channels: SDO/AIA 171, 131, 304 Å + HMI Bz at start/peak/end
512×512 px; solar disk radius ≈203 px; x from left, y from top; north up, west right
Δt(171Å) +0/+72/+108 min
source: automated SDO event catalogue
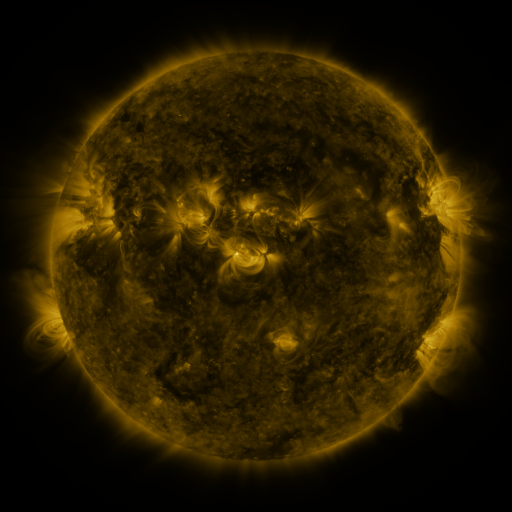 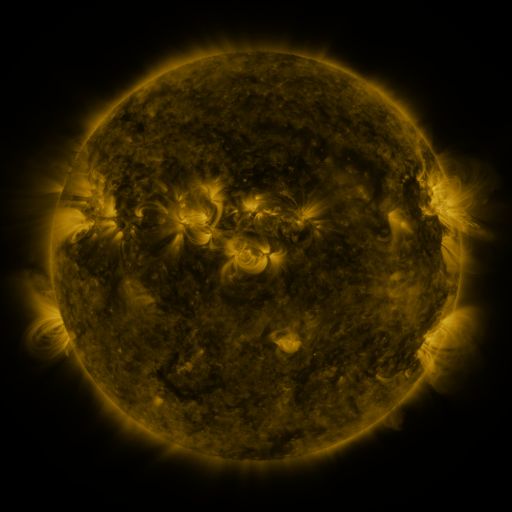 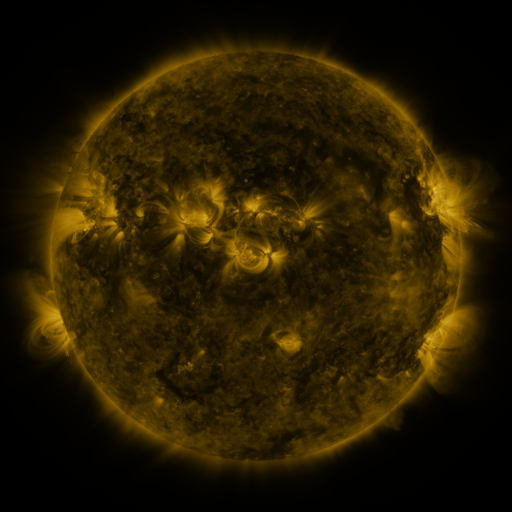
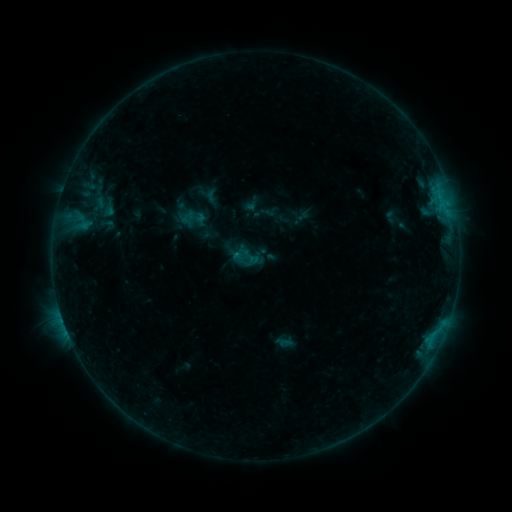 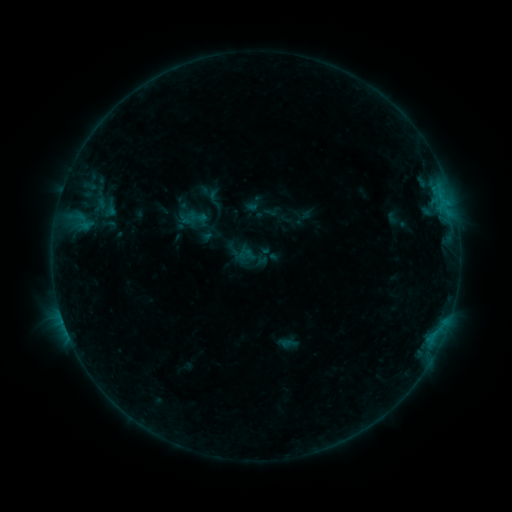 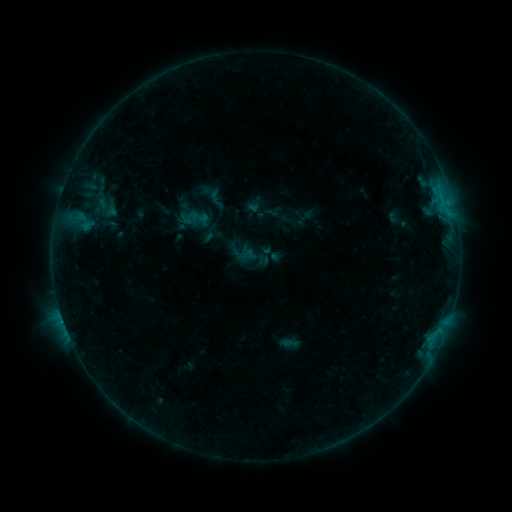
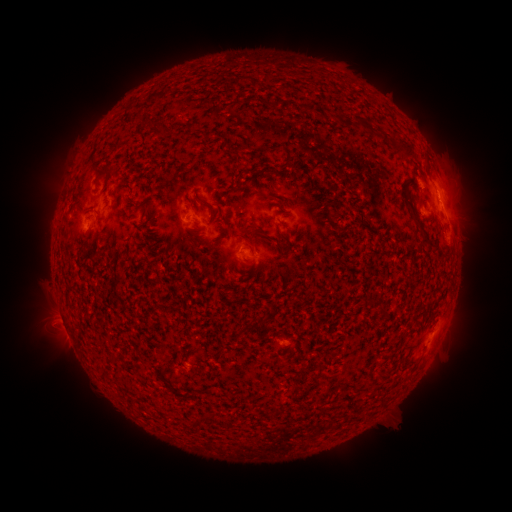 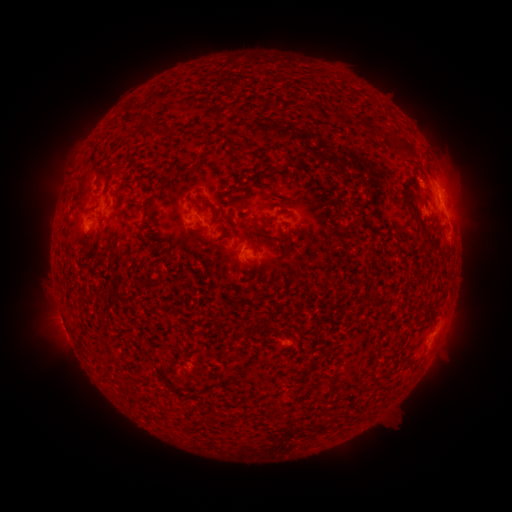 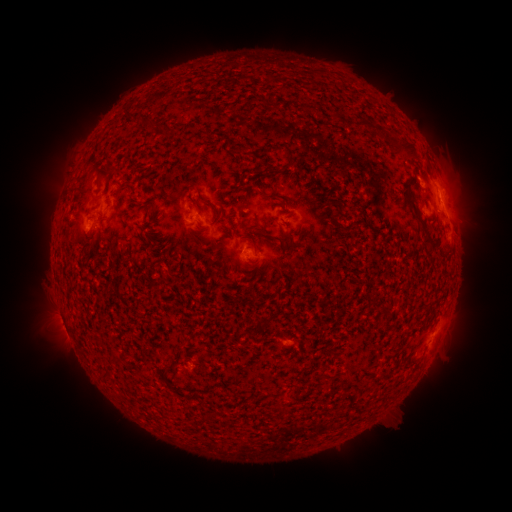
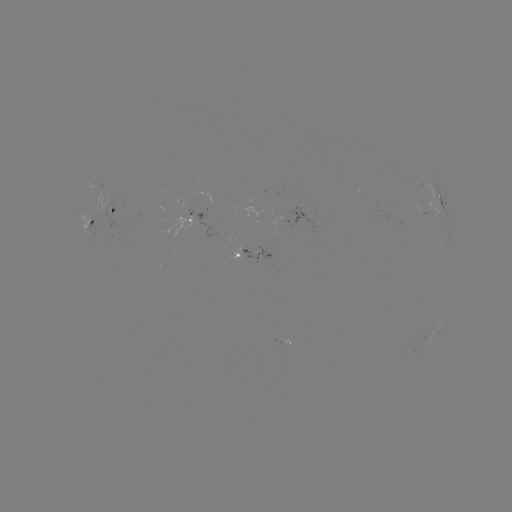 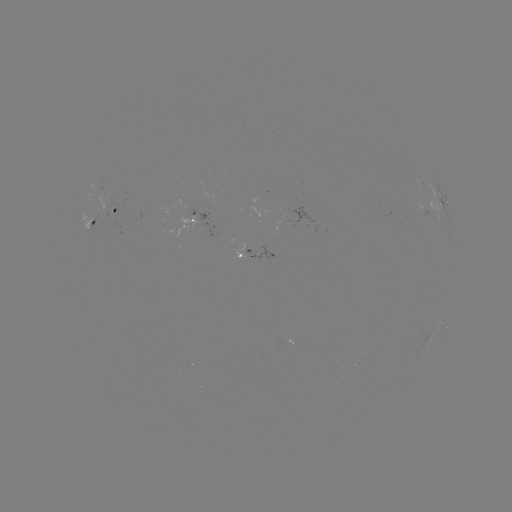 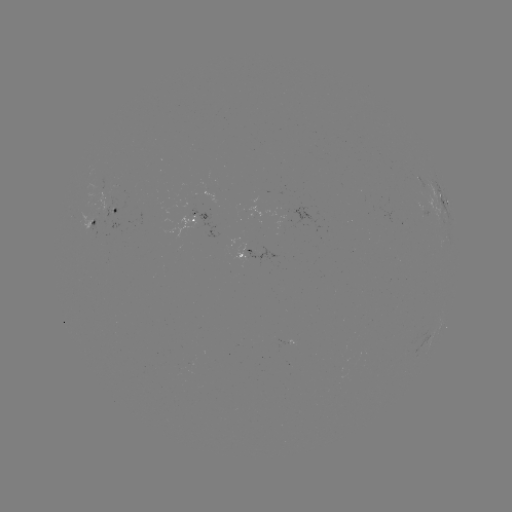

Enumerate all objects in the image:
emerging-flux region: (113, 216)
